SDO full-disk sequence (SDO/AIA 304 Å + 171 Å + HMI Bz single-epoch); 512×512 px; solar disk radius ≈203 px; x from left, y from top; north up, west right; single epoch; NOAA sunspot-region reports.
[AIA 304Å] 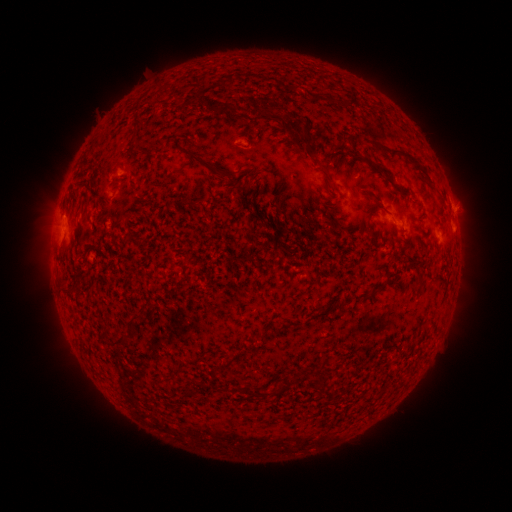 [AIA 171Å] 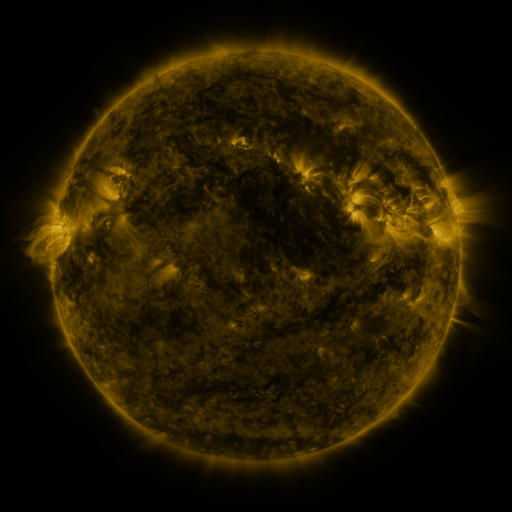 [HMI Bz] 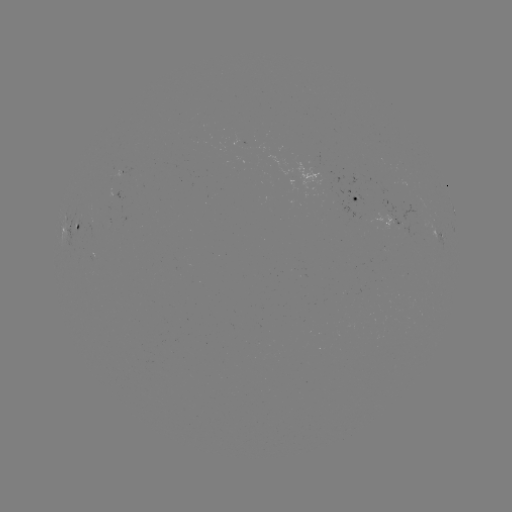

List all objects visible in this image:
spotted active region: (359, 199)
spotted active region: (453, 211)
spotted active region: (78, 222)
spotted active region: (389, 222)
spotted active region: (441, 235)
